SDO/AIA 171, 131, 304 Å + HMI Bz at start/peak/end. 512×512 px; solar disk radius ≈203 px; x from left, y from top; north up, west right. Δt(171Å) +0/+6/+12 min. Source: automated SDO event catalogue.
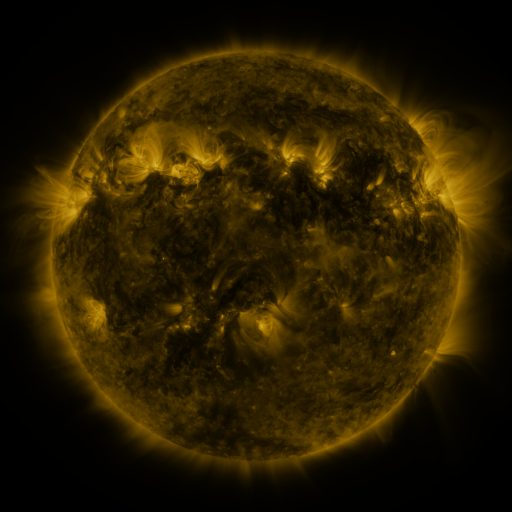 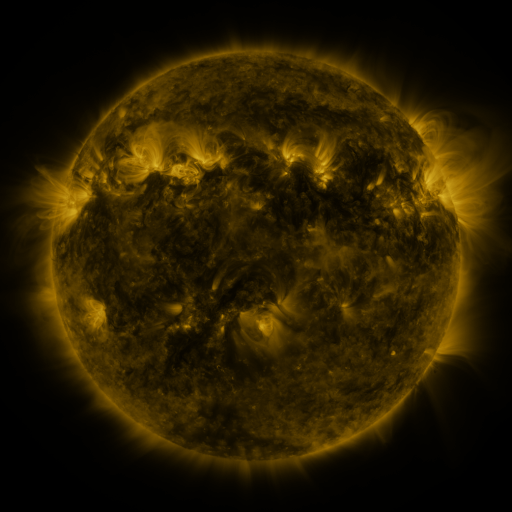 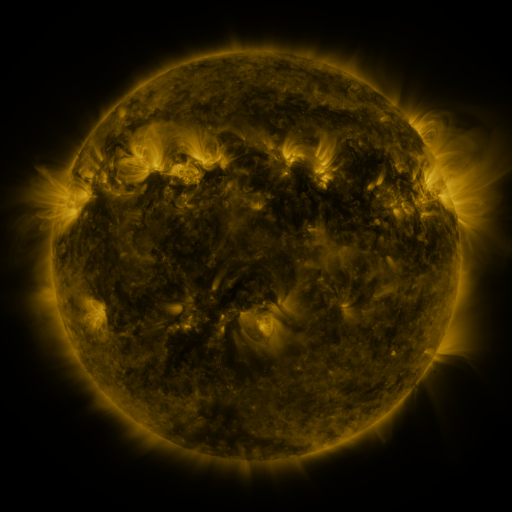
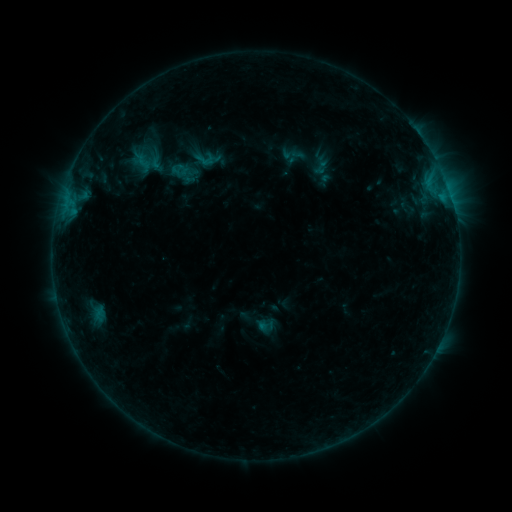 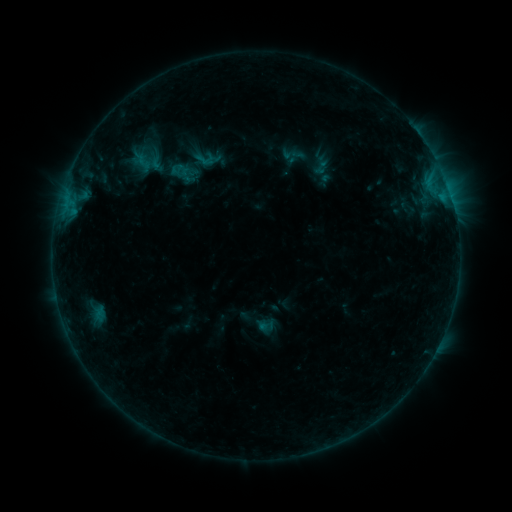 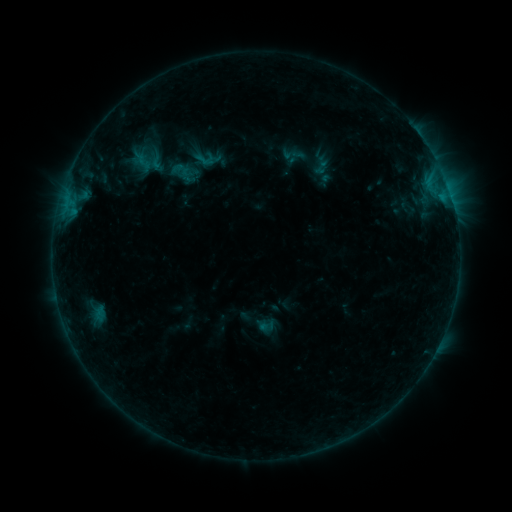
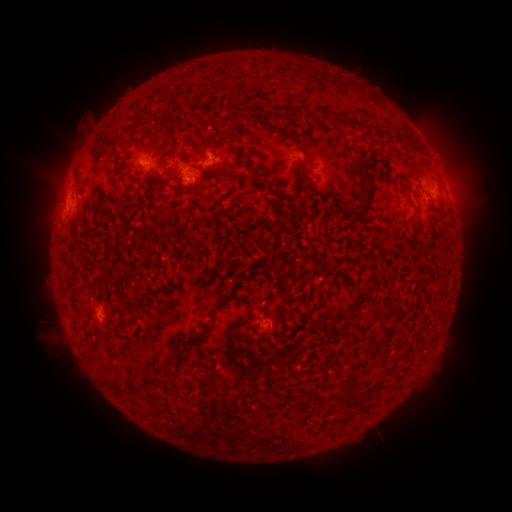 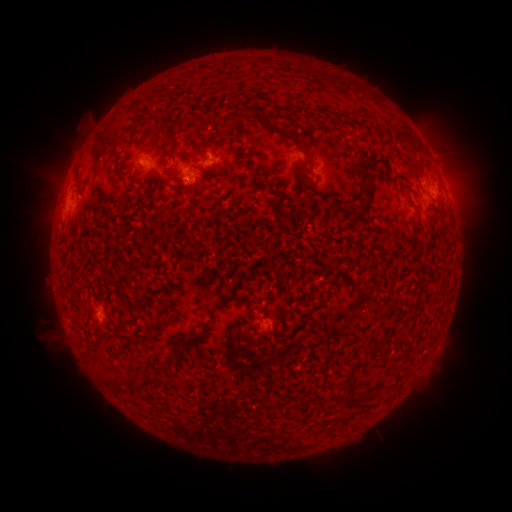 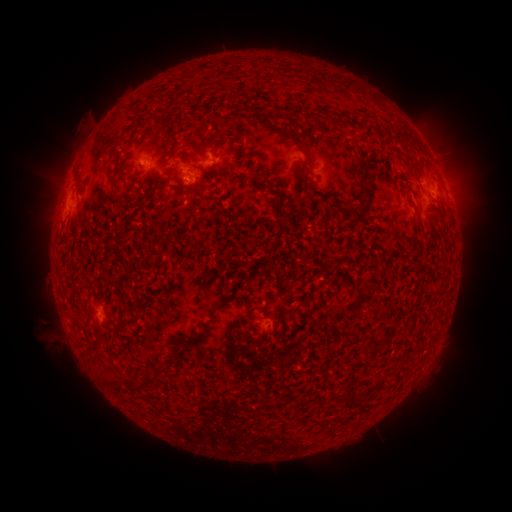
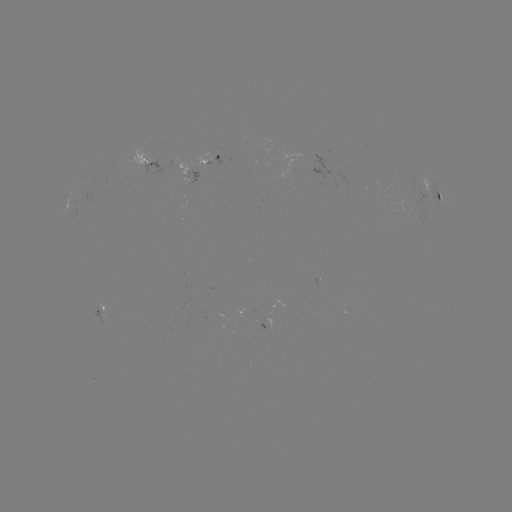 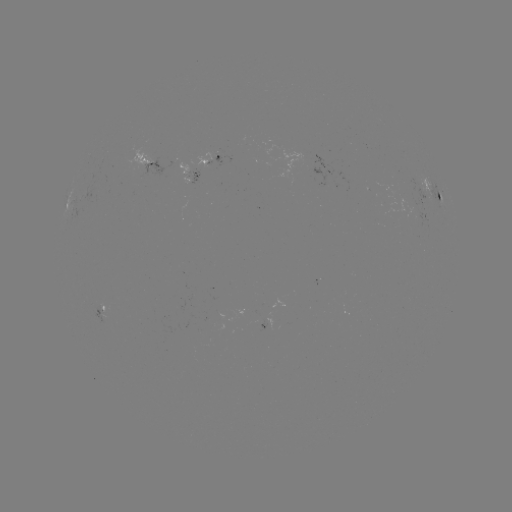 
no flare in any classed list; no EUV-trigger detection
